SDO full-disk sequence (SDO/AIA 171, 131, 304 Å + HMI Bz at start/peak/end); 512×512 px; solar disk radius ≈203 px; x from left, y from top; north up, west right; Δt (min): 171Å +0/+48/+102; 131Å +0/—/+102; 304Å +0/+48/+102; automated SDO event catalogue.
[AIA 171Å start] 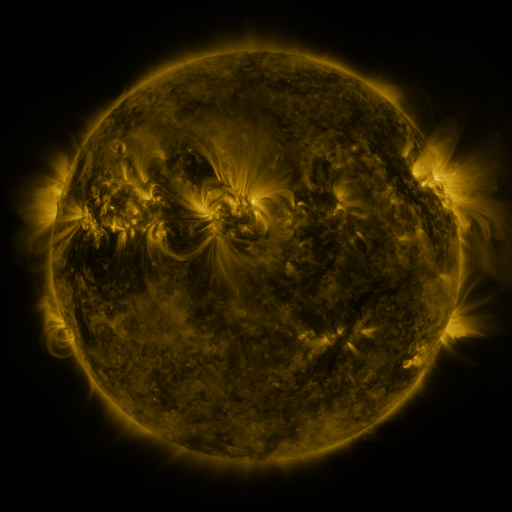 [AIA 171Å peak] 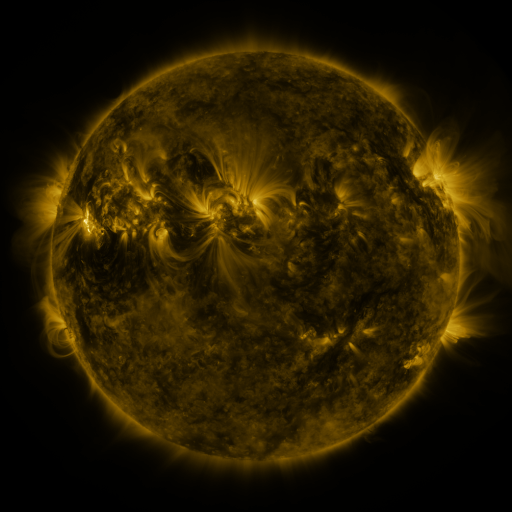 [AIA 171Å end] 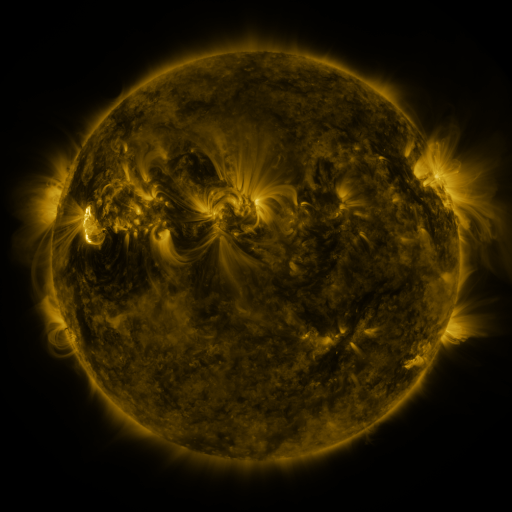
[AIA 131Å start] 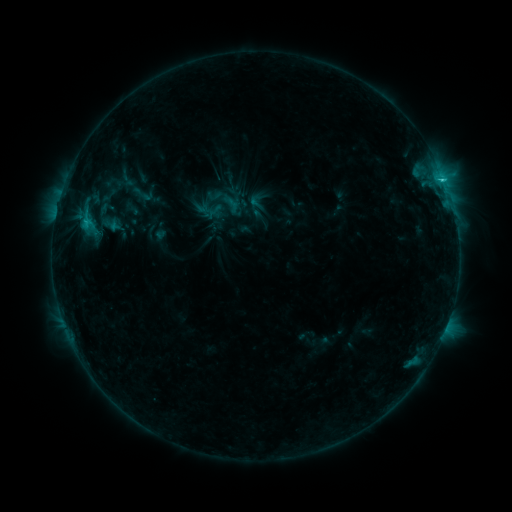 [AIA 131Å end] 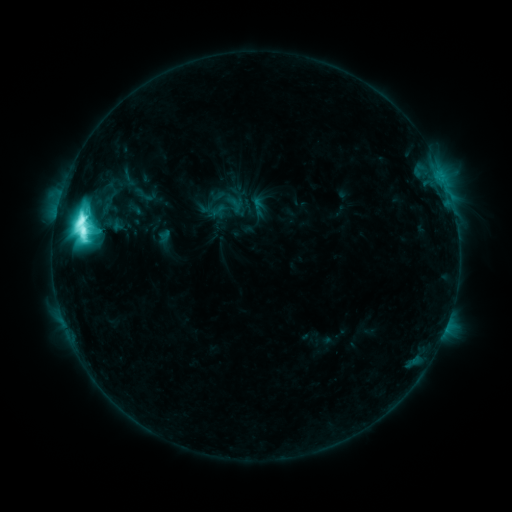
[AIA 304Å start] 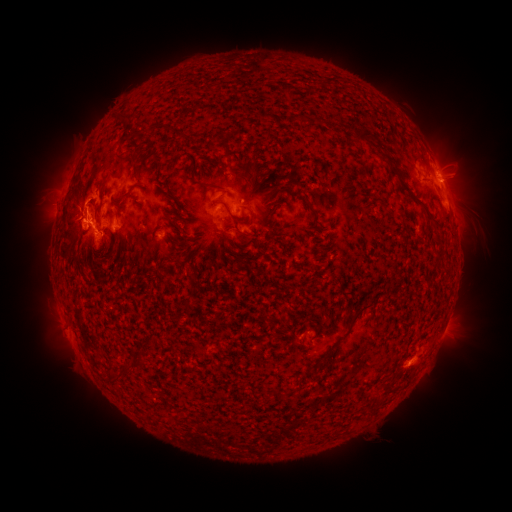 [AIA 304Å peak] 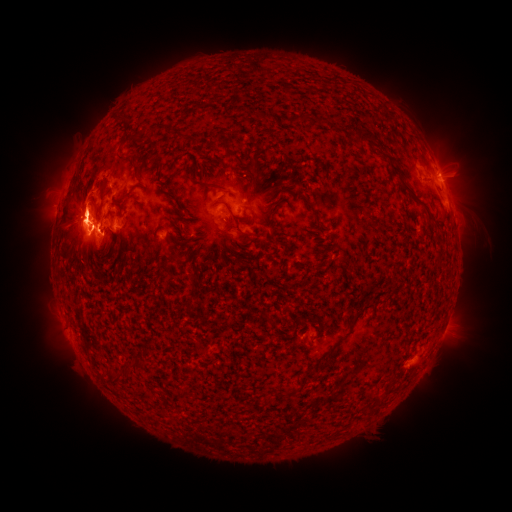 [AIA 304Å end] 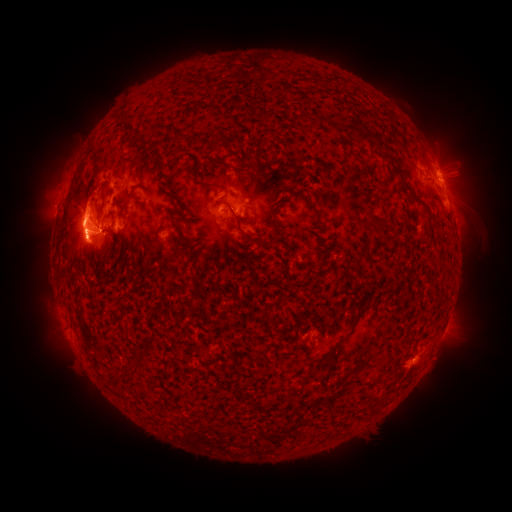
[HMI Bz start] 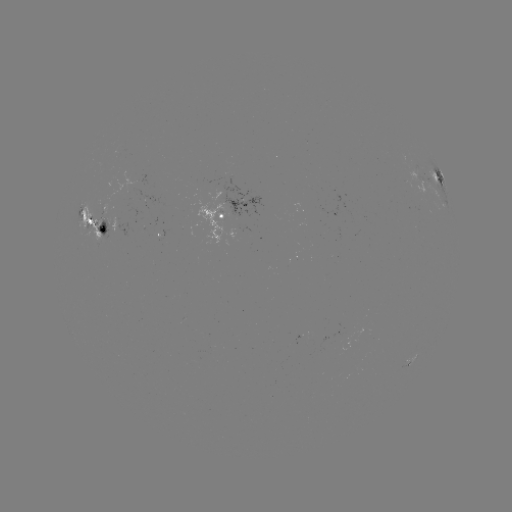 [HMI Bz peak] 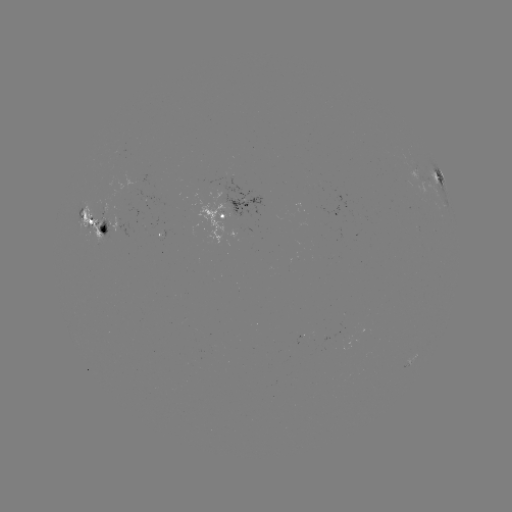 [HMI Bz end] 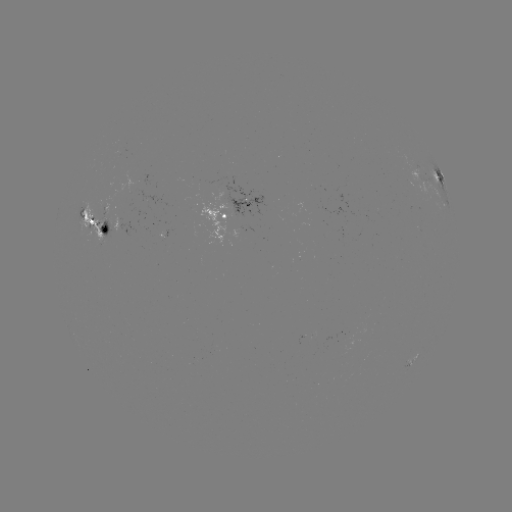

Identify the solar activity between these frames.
M7.1 flare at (87, 216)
